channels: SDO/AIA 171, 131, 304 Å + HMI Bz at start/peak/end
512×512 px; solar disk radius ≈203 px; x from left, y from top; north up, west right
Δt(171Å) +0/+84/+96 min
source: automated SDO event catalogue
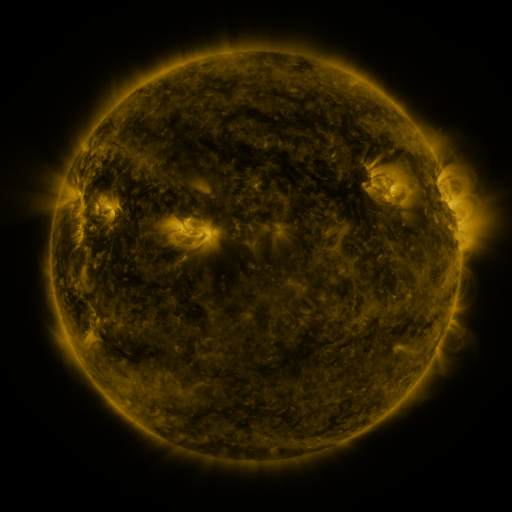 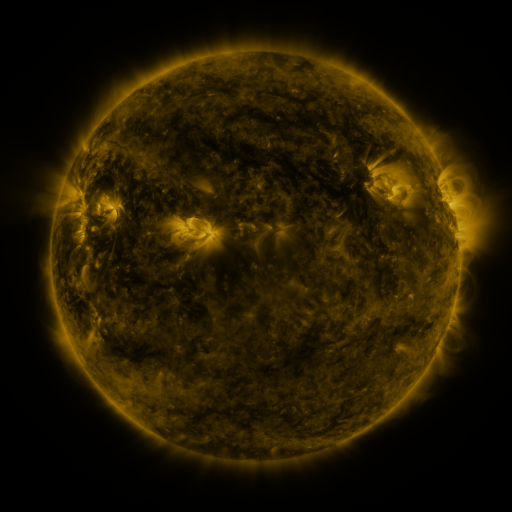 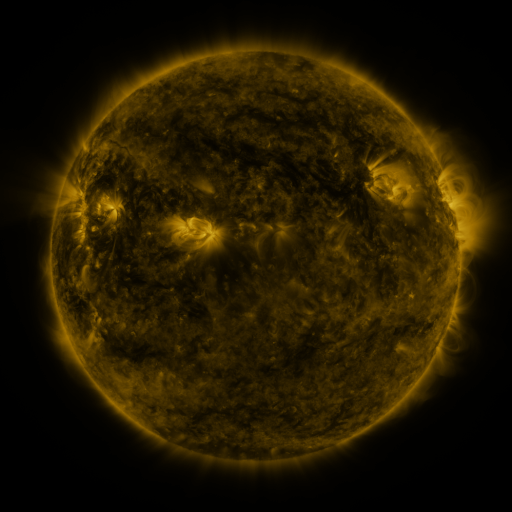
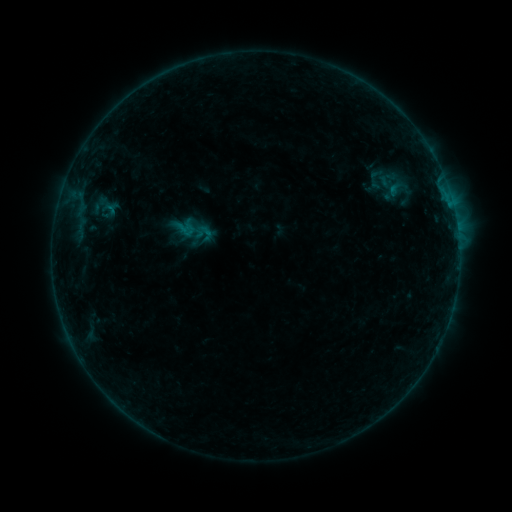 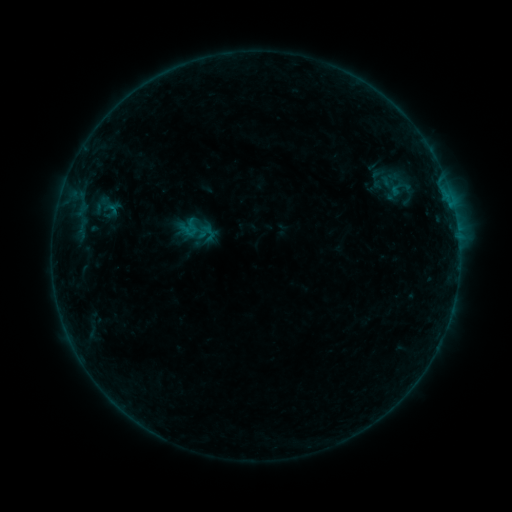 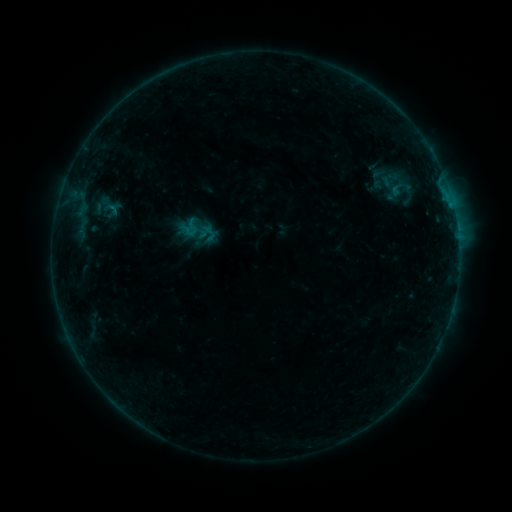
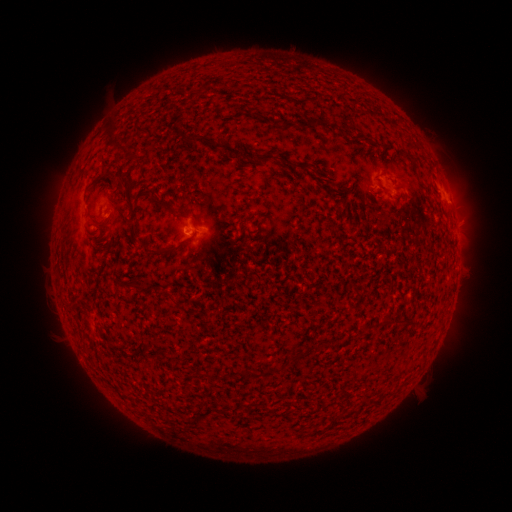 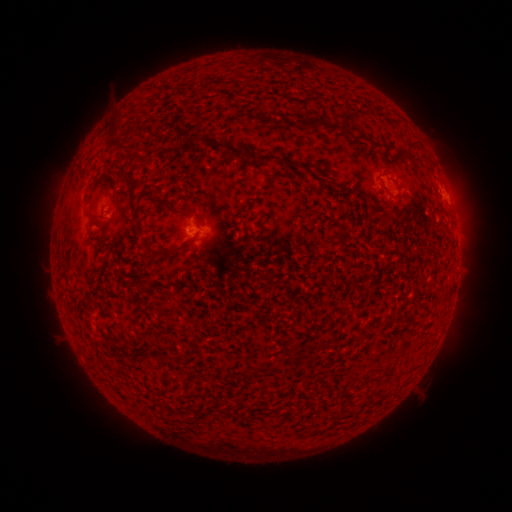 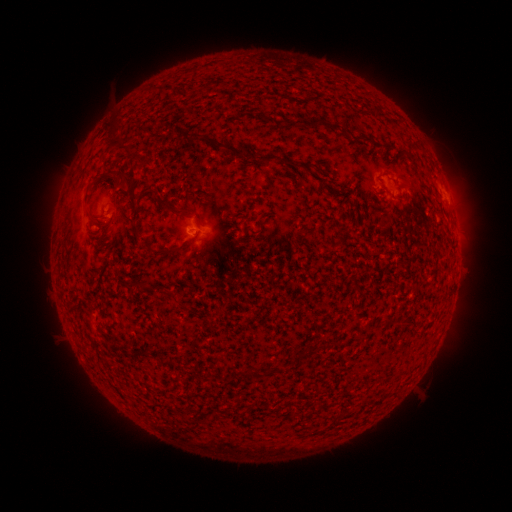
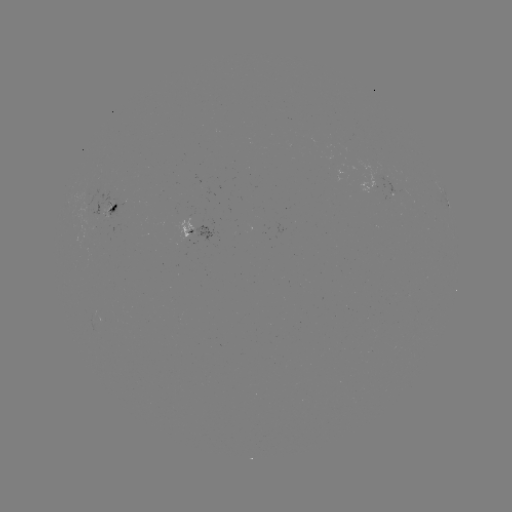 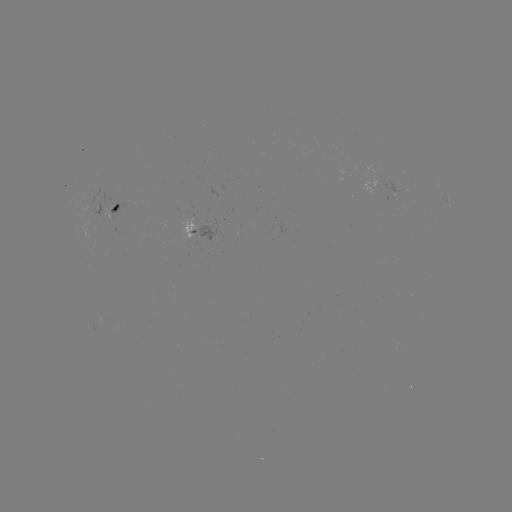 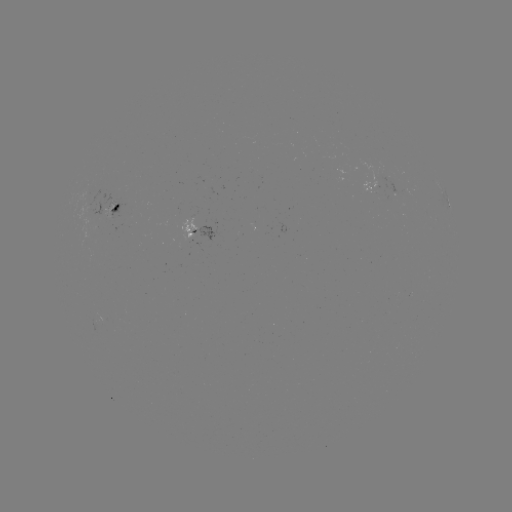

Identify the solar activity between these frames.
emerging-flux region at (95, 318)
